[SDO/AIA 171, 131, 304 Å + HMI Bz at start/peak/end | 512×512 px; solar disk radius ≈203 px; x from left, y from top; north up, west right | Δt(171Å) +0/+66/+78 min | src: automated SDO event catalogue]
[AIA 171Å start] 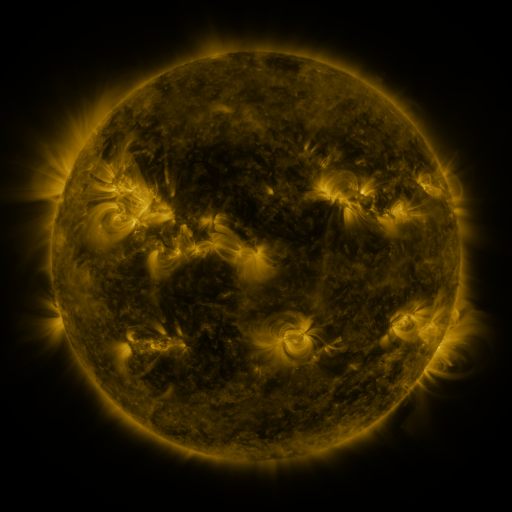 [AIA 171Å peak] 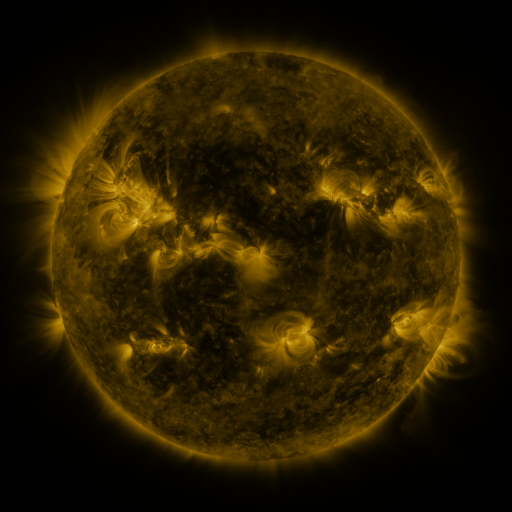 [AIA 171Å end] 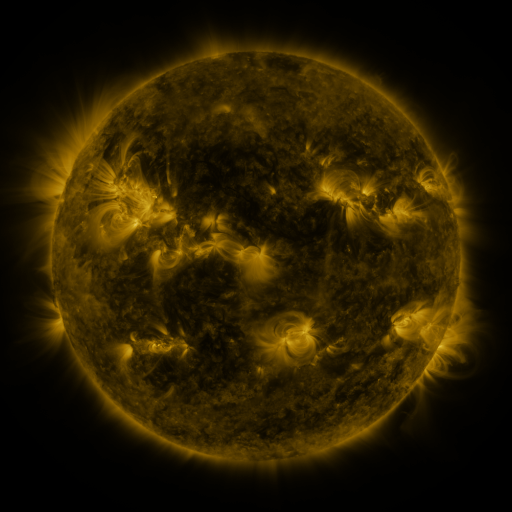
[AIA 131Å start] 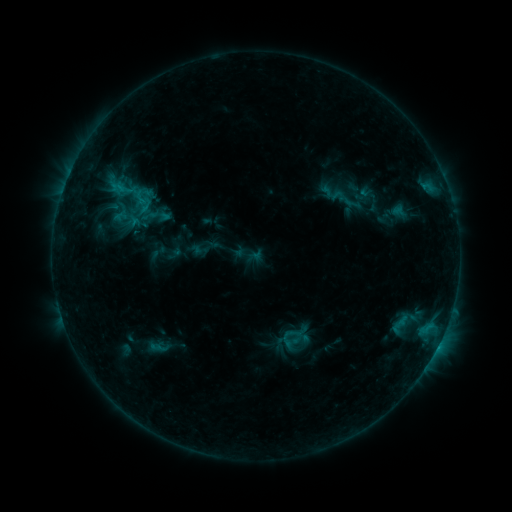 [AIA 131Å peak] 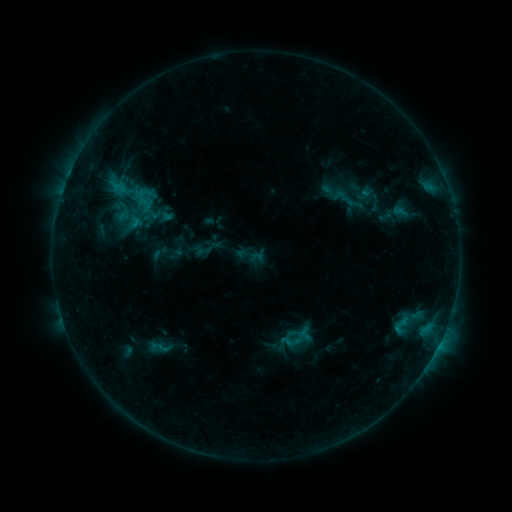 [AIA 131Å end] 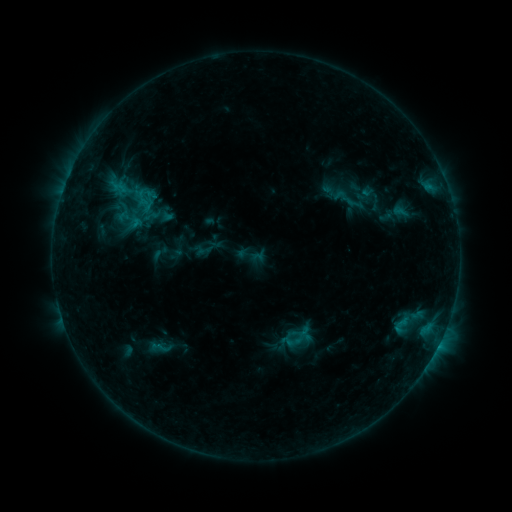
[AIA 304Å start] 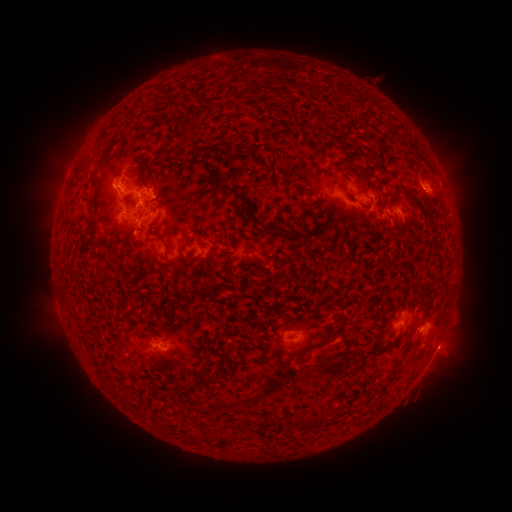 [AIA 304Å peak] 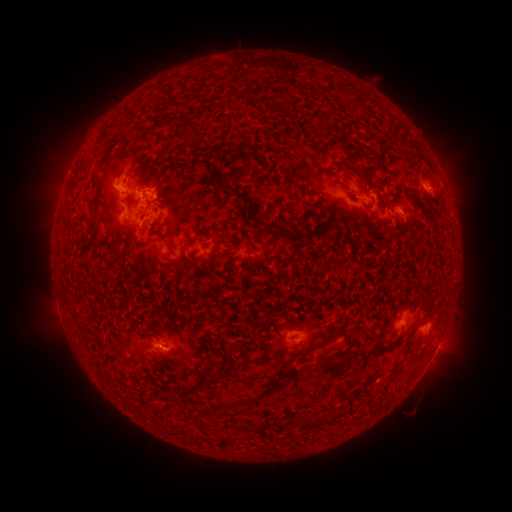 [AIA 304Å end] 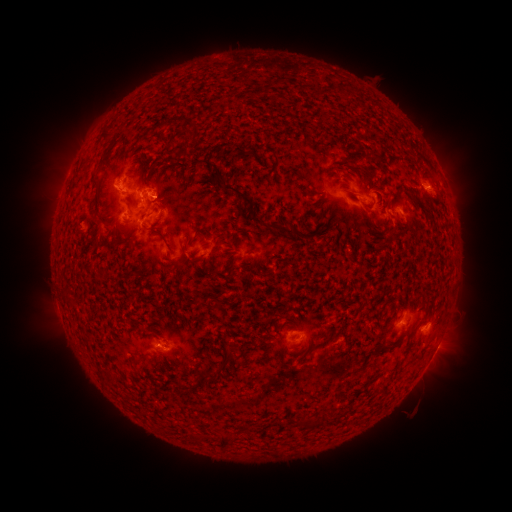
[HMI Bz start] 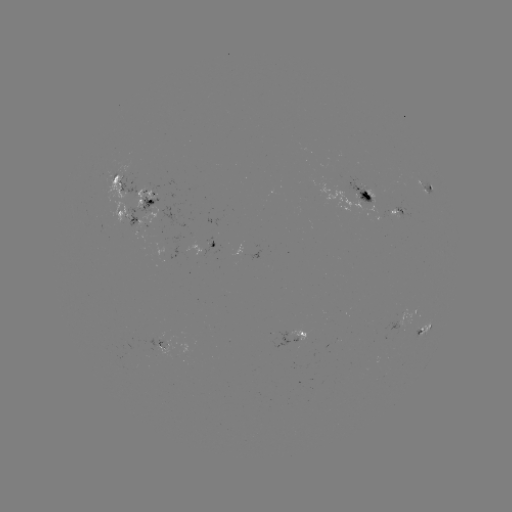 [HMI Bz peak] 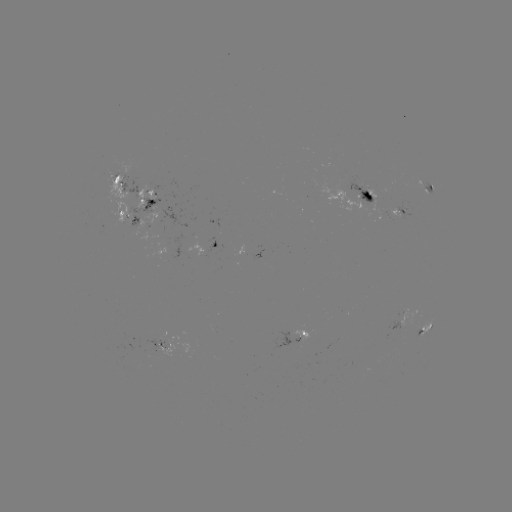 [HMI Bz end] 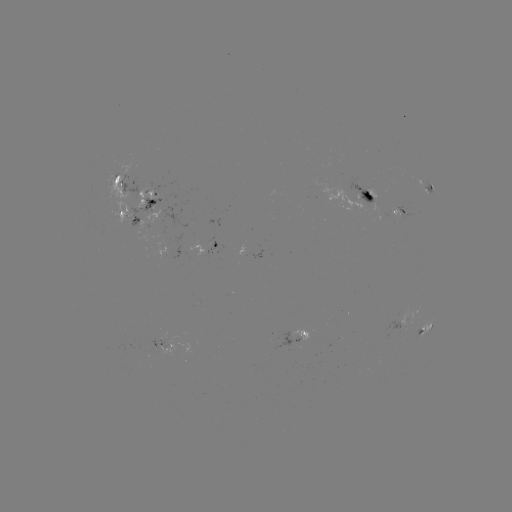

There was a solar emerging-flux region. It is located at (121, 172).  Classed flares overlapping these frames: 1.